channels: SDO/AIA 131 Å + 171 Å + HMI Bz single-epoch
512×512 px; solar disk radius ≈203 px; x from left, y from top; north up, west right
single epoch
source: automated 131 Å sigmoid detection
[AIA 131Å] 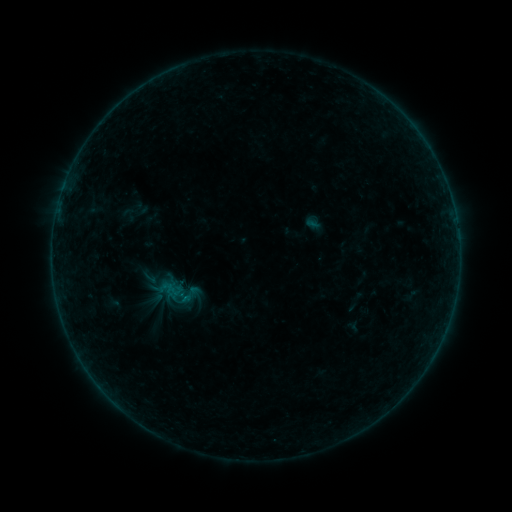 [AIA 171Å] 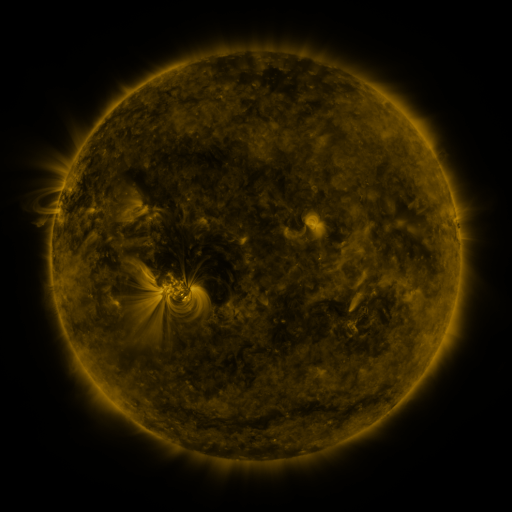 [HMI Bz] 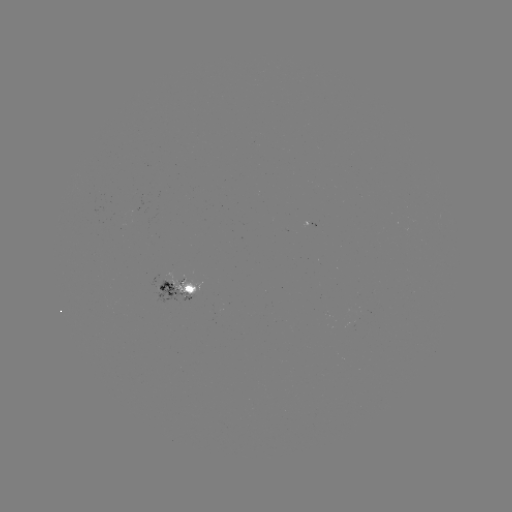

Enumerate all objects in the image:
sigmoid: <bbox>177, 282, 202, 306</bbox>
sigmoid: <bbox>168, 283, 184, 298</bbox>
